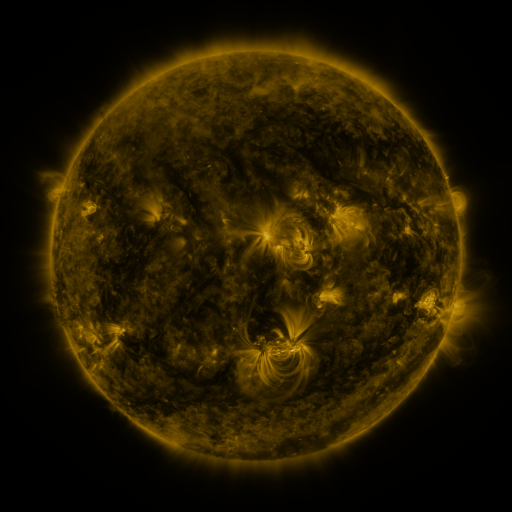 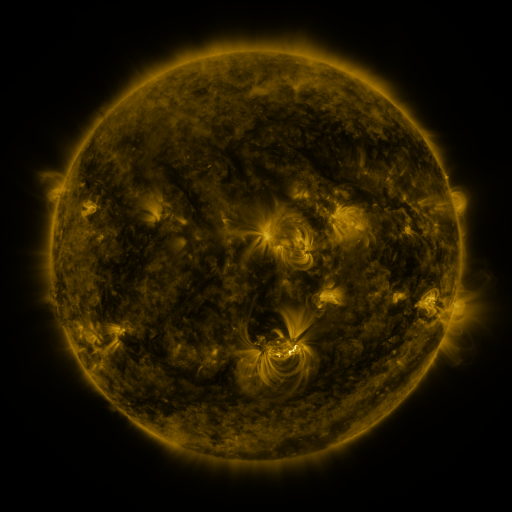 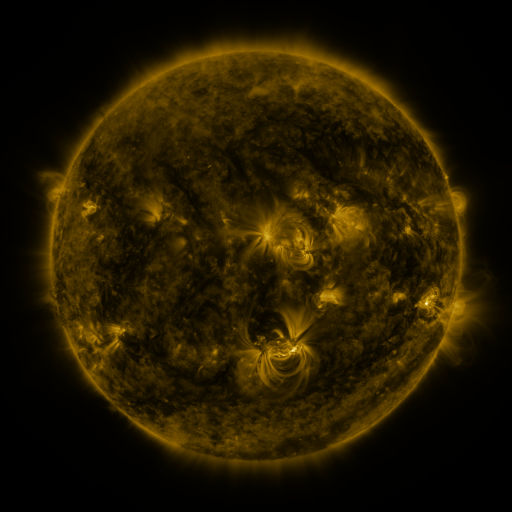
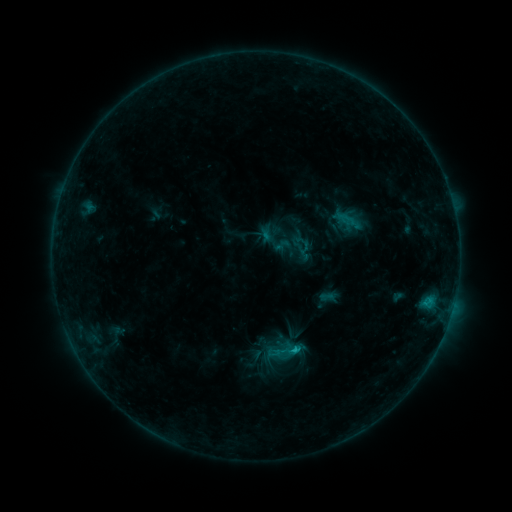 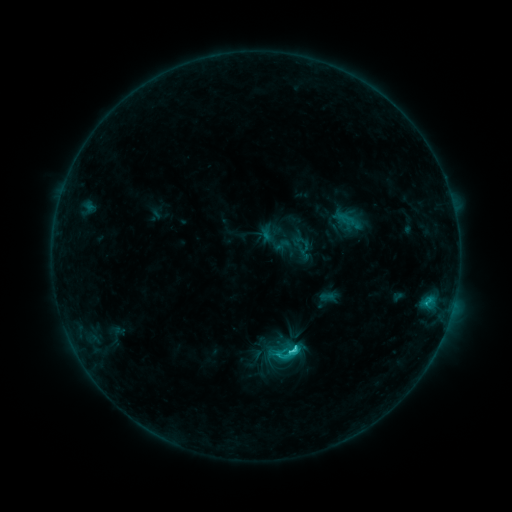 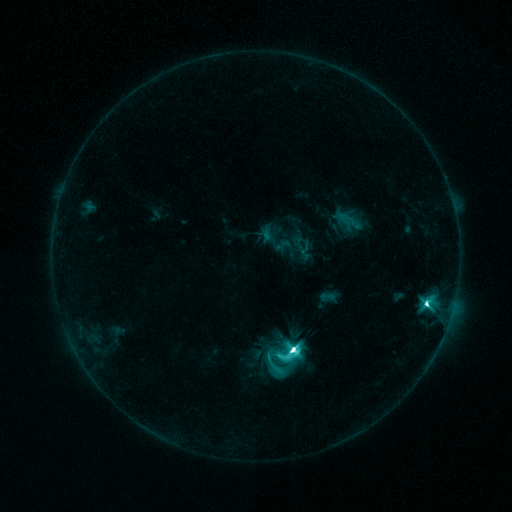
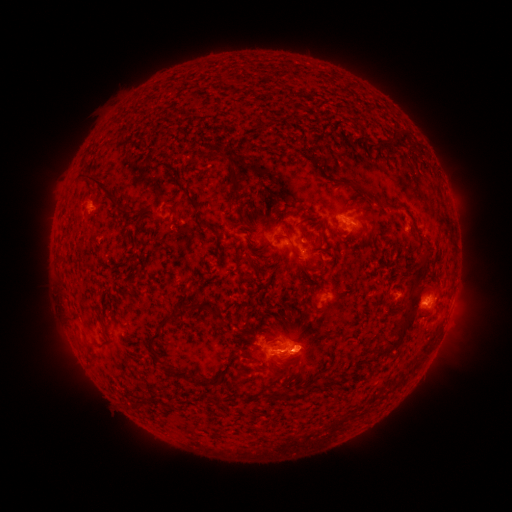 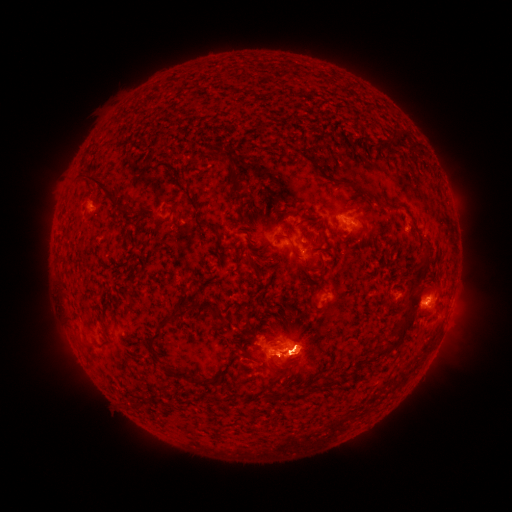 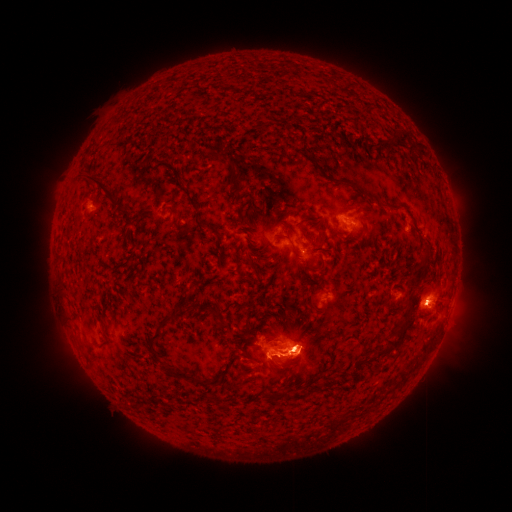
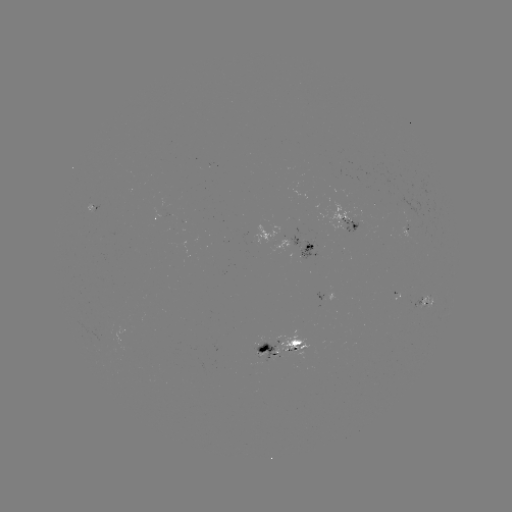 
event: eruption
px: (302, 353)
